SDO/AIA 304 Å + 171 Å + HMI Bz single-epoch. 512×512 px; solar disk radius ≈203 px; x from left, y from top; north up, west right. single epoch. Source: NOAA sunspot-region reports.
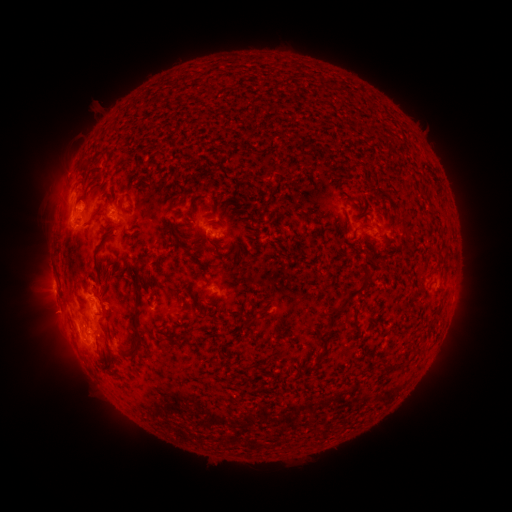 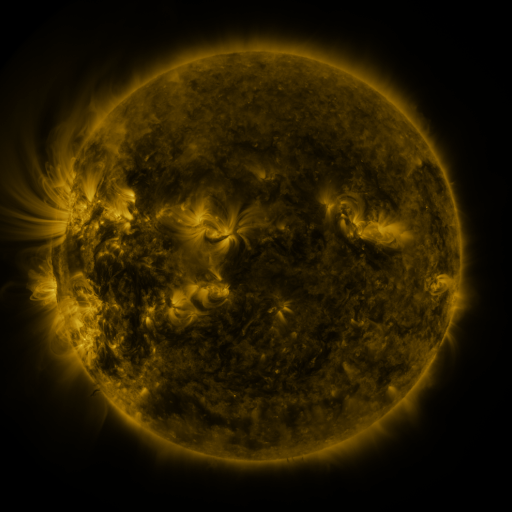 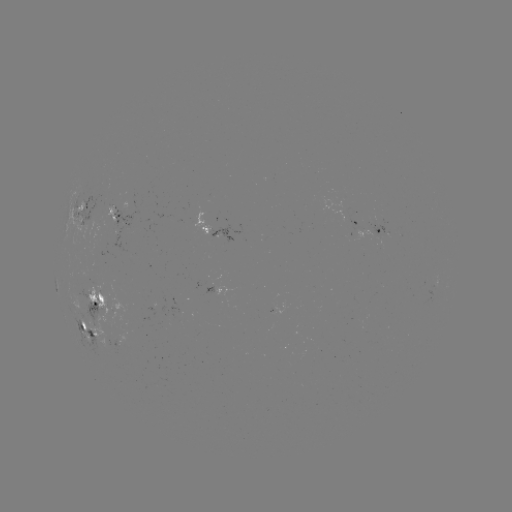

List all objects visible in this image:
spotted active region: (85, 208)
spotted active region: (125, 221)
spotted active region: (355, 222)
spotted active region: (374, 232)
spotted active region: (217, 233)
spotted active region: (217, 287)
spotted active region: (100, 301)
spotted active region: (91, 330)
